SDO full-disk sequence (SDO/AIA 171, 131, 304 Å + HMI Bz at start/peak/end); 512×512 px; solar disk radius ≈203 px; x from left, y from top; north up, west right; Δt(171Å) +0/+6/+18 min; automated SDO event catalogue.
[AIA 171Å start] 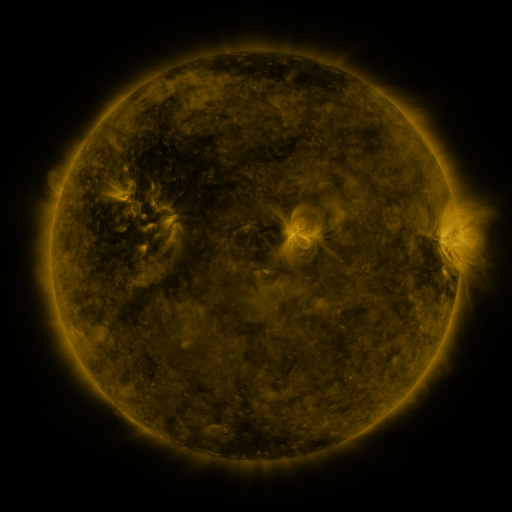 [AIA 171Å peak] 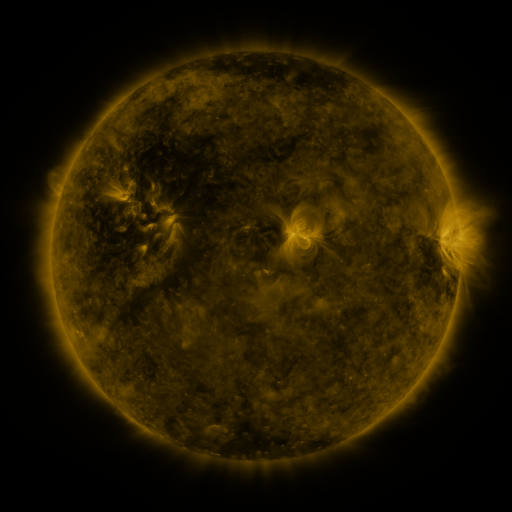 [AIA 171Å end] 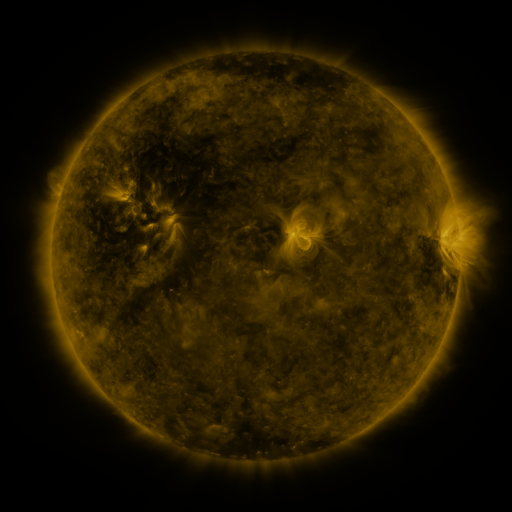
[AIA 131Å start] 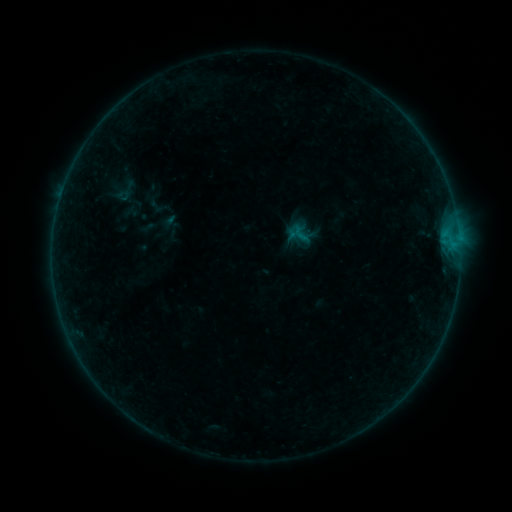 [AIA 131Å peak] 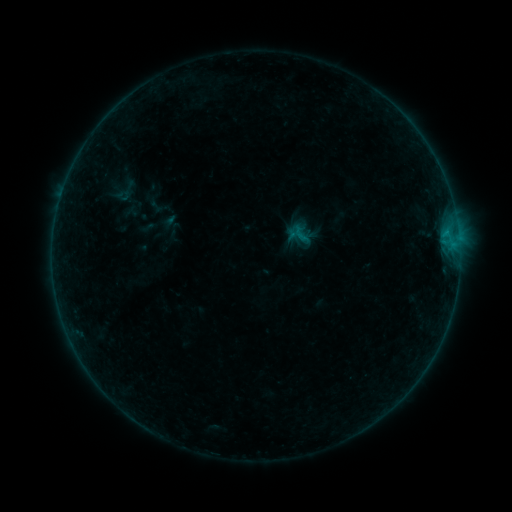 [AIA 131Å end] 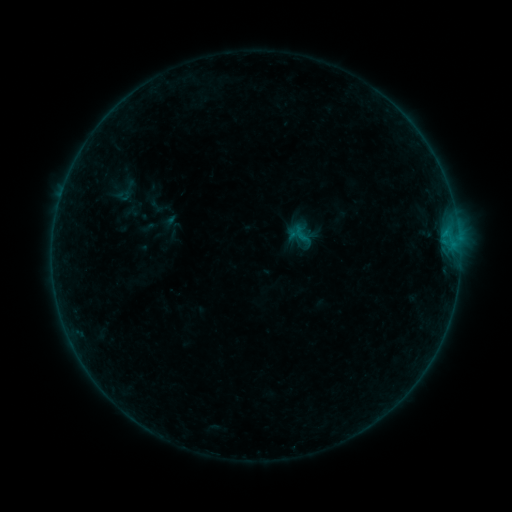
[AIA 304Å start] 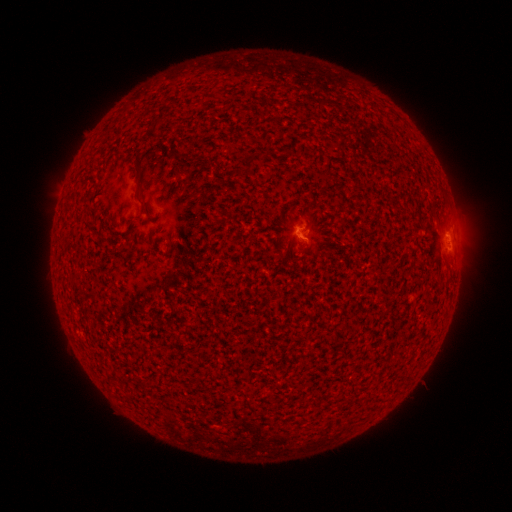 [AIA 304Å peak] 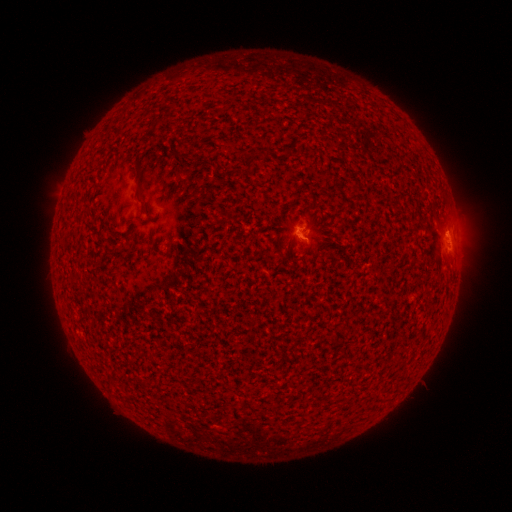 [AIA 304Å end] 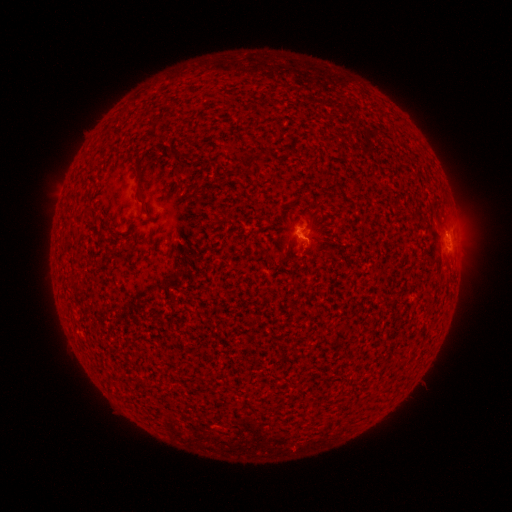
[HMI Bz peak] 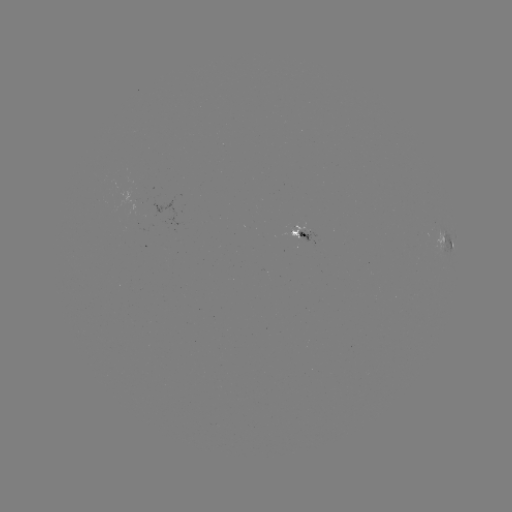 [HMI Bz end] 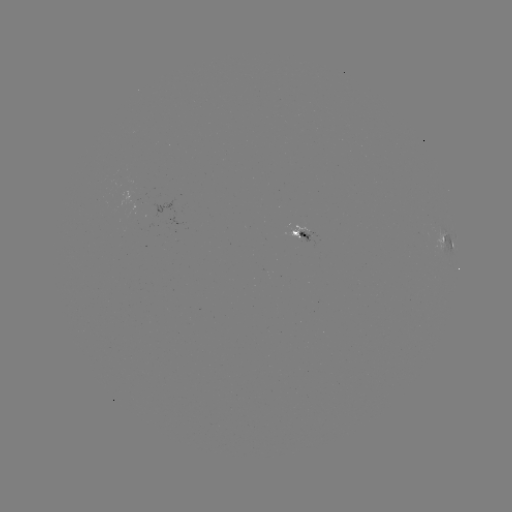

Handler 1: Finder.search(B1.9 flare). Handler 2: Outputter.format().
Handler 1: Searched B1.9 flare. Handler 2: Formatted (305, 248).